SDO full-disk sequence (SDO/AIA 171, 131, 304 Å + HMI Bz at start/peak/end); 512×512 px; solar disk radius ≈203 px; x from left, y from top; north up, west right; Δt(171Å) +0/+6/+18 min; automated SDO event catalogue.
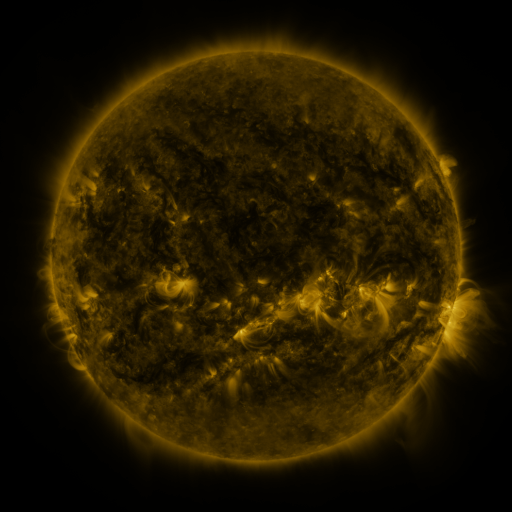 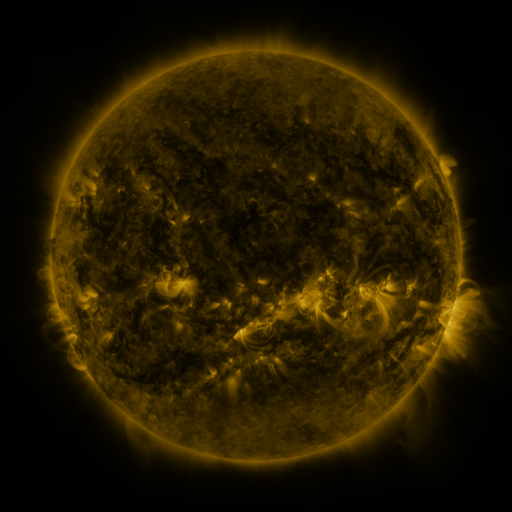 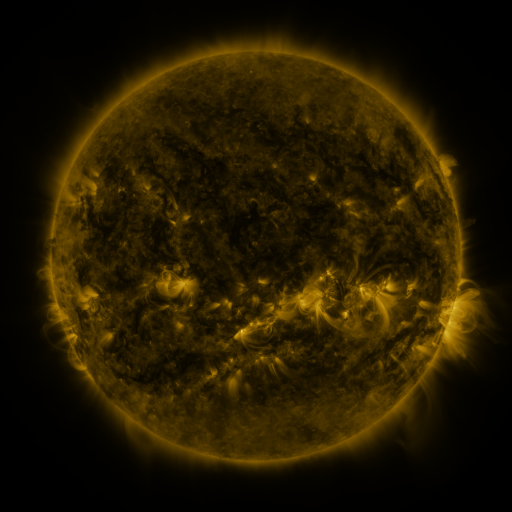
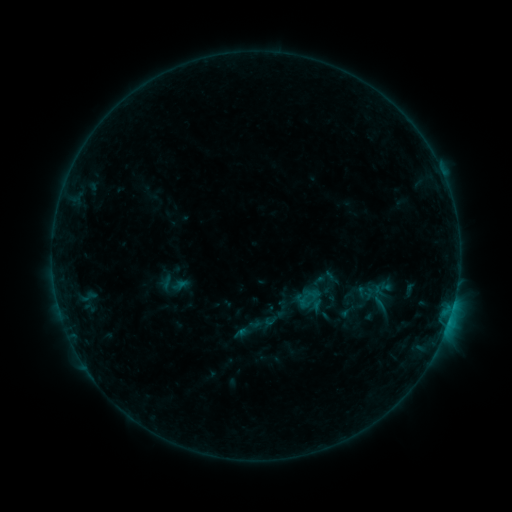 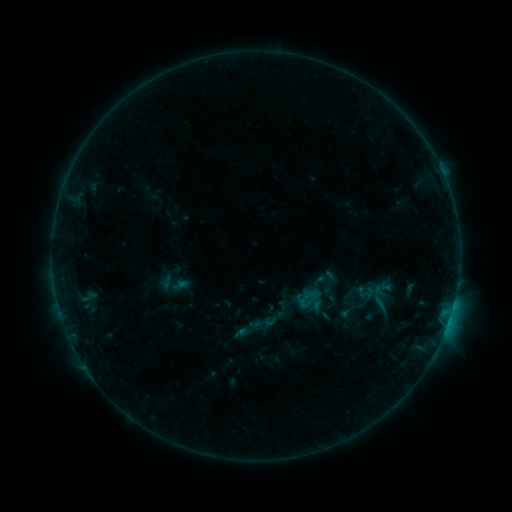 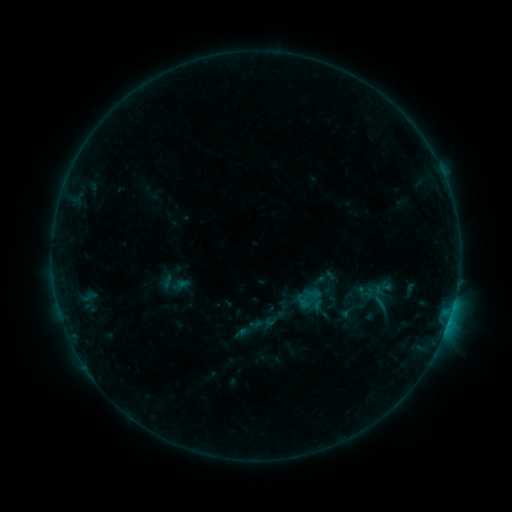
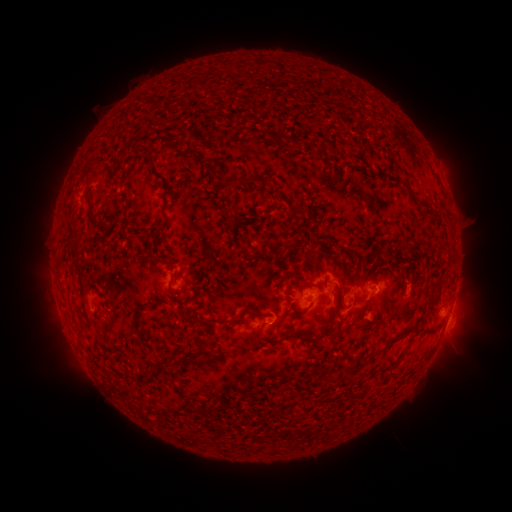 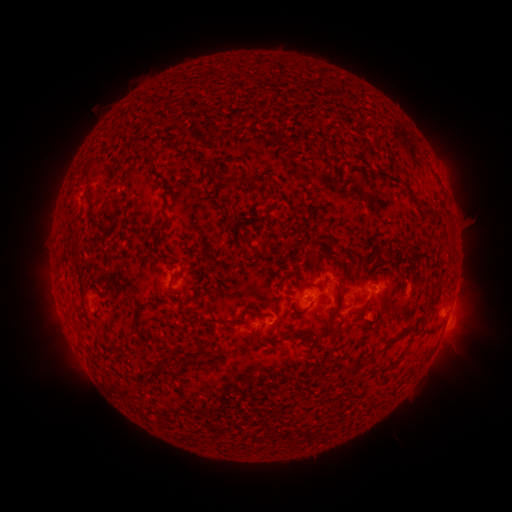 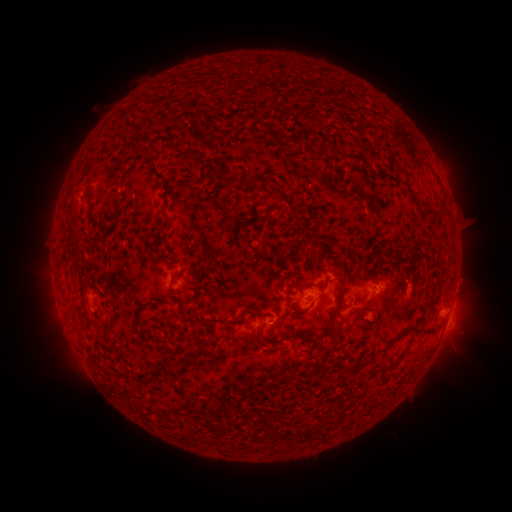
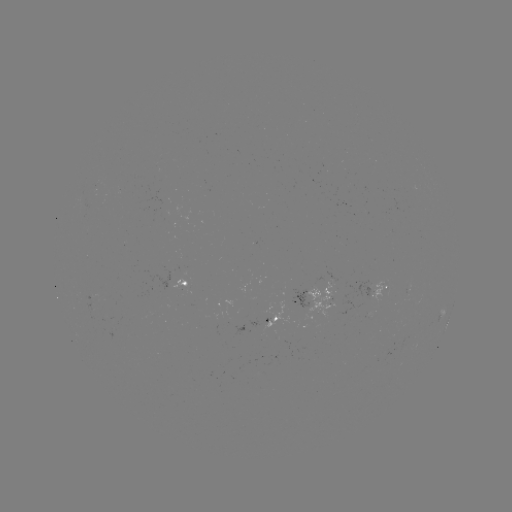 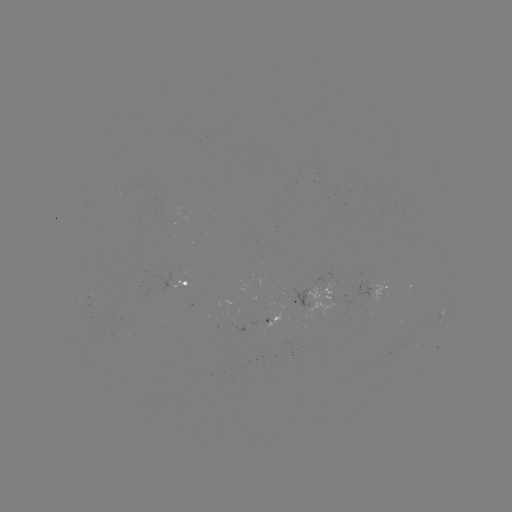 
no catalogued flare and no flagged EUV brightening in this window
